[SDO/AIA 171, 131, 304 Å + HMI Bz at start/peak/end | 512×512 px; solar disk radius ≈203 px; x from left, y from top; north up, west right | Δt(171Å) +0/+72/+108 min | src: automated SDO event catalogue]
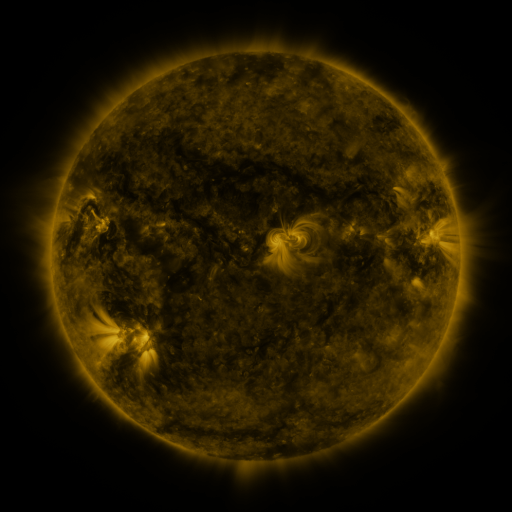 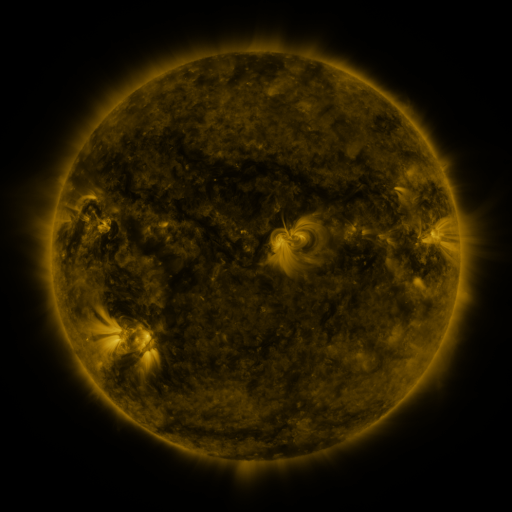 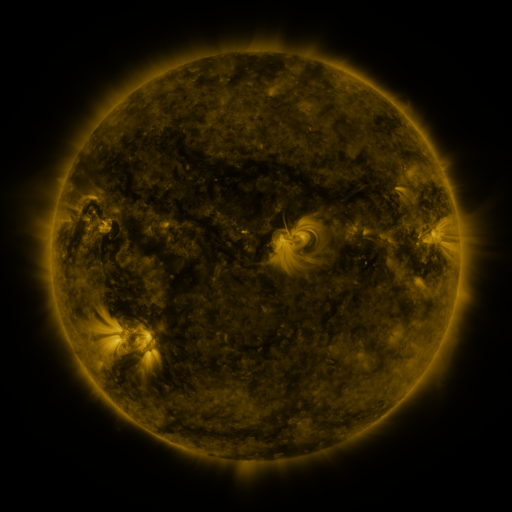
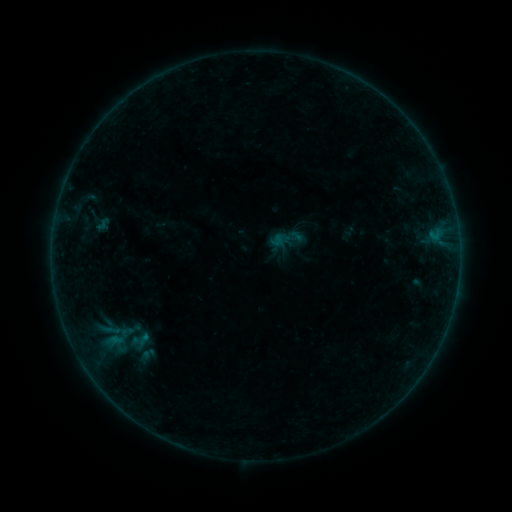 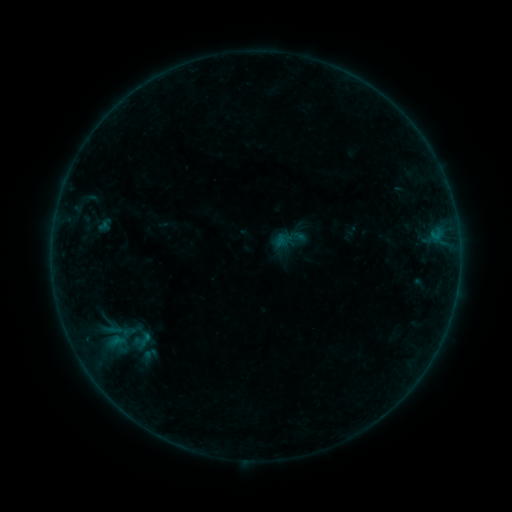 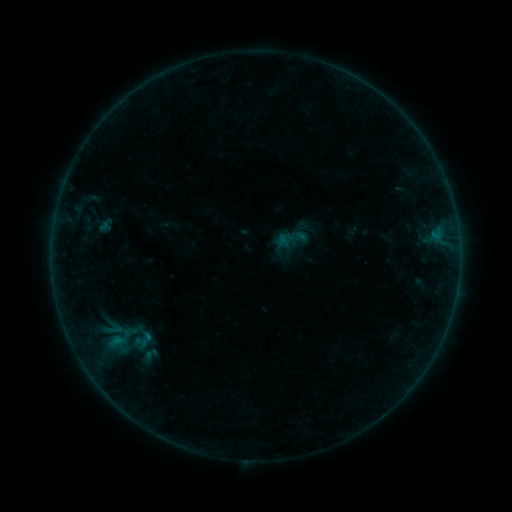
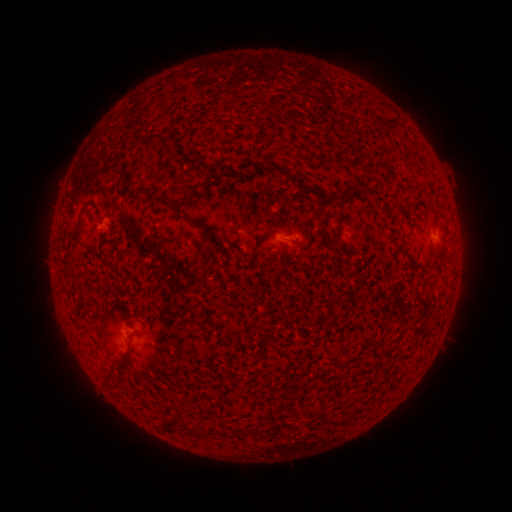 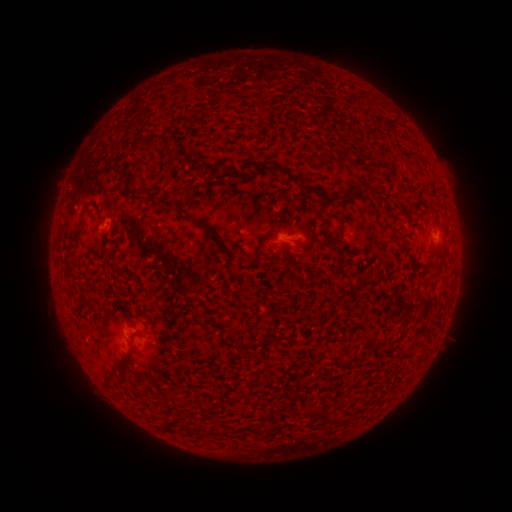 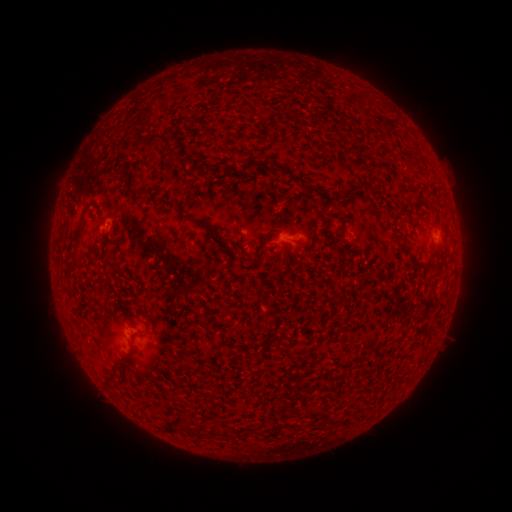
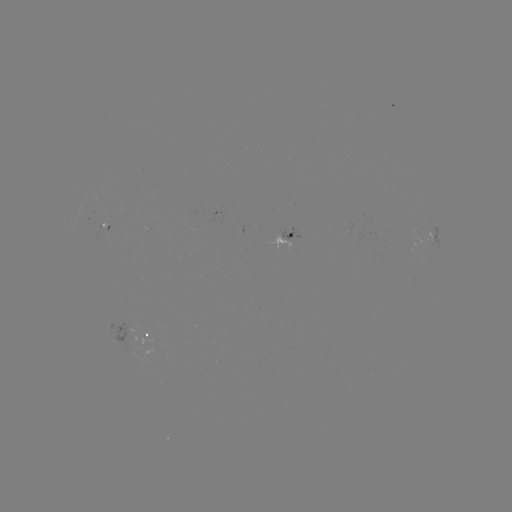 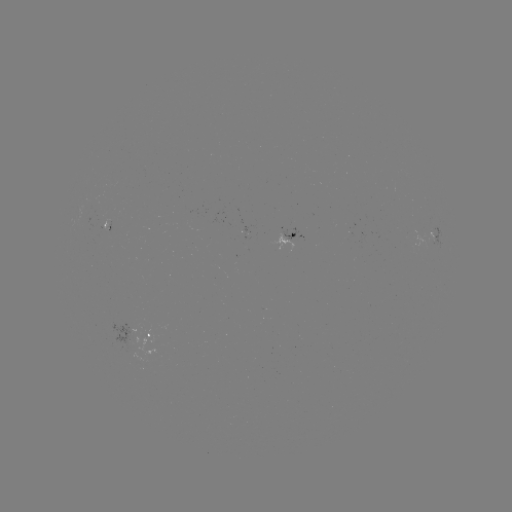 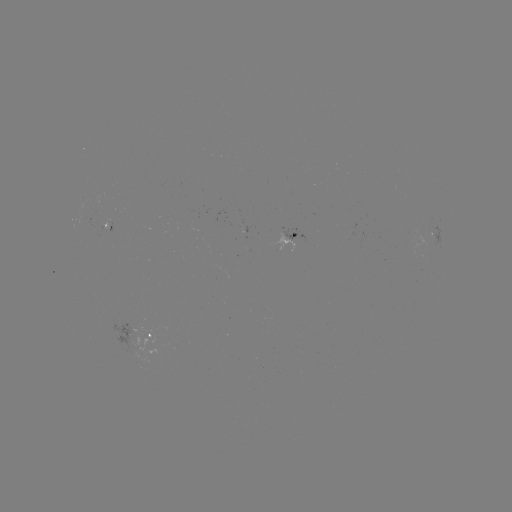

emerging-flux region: [93, 209, 106, 217]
